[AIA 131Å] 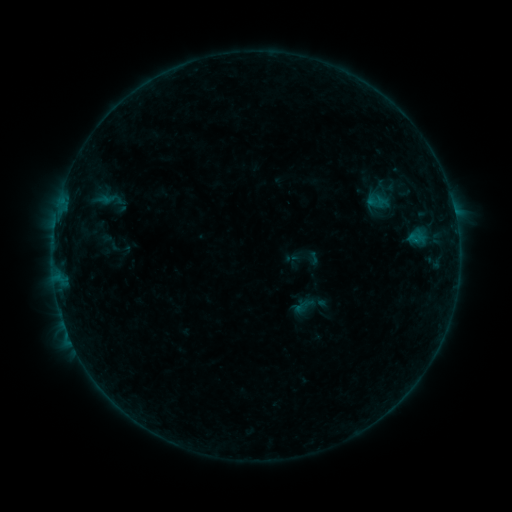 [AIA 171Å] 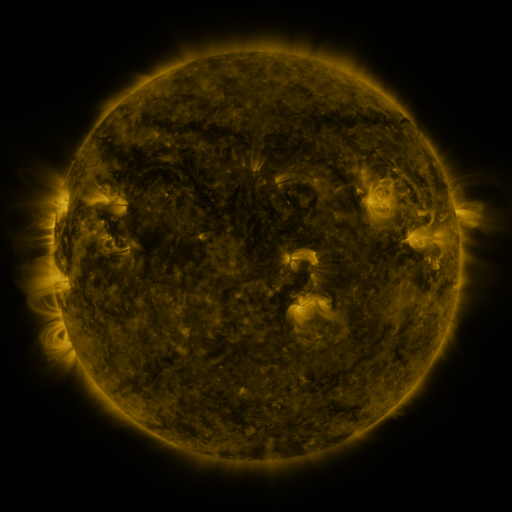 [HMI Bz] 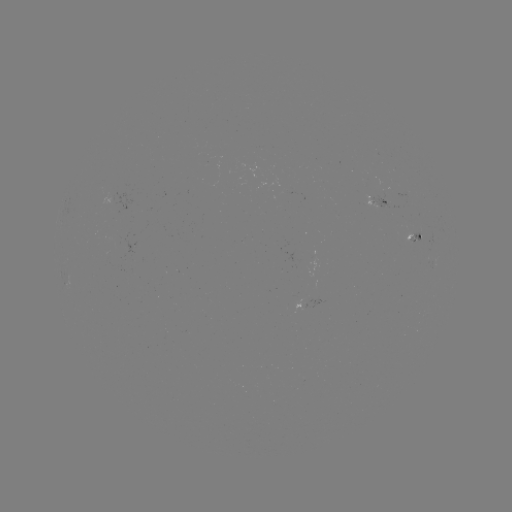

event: sigmoid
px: (304, 306)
